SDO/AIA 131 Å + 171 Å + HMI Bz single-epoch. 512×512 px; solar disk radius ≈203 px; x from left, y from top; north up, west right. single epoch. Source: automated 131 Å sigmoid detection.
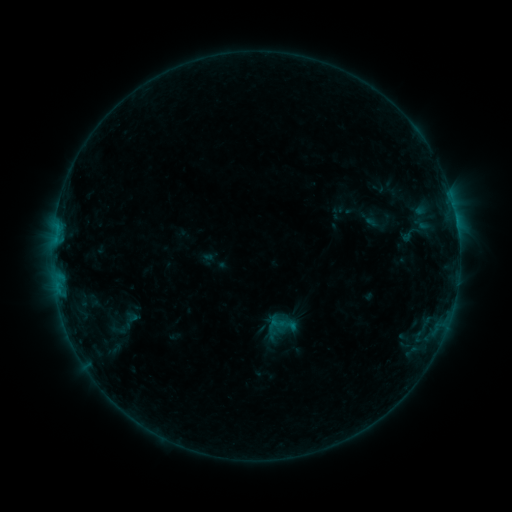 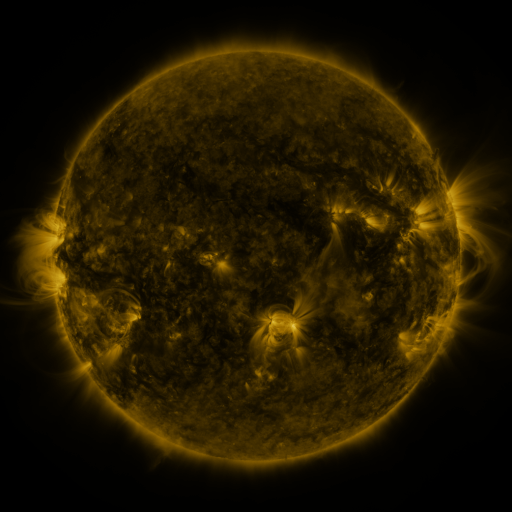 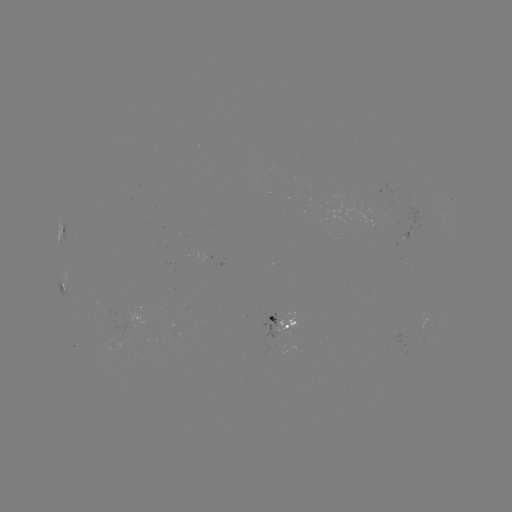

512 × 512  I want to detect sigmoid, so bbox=[269, 314, 286, 330].